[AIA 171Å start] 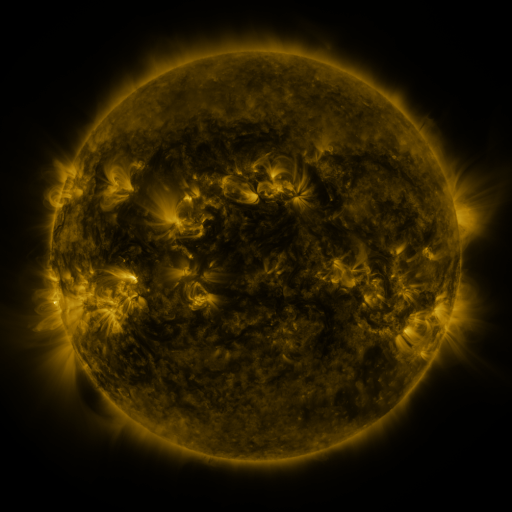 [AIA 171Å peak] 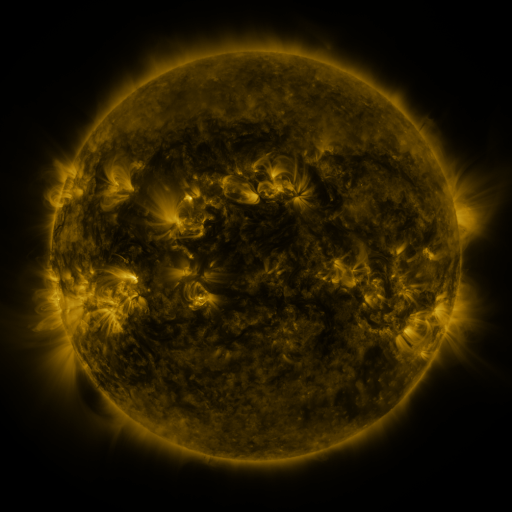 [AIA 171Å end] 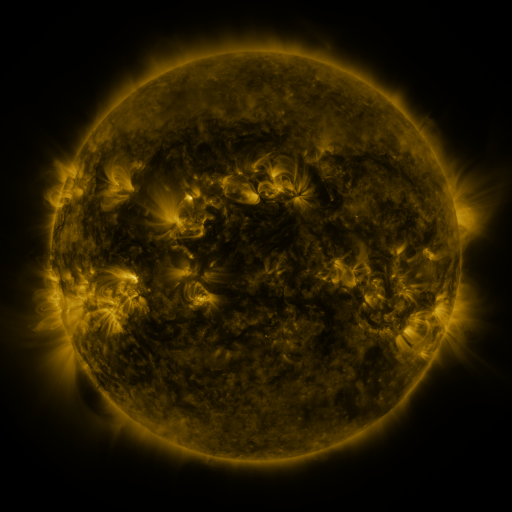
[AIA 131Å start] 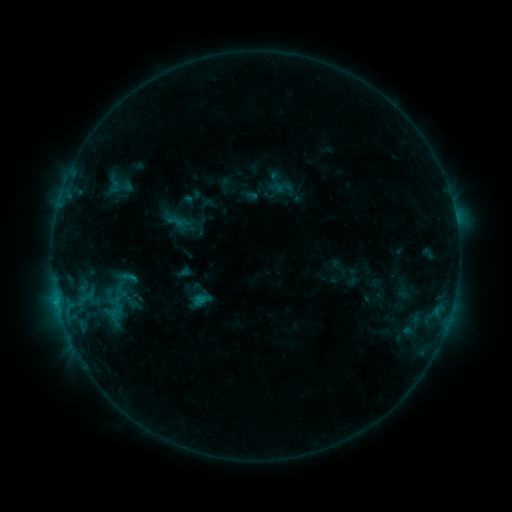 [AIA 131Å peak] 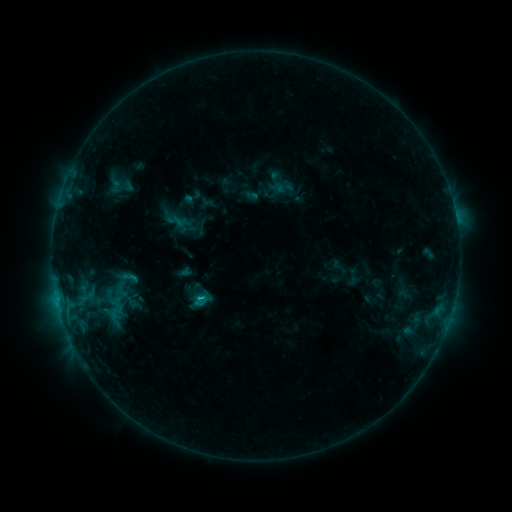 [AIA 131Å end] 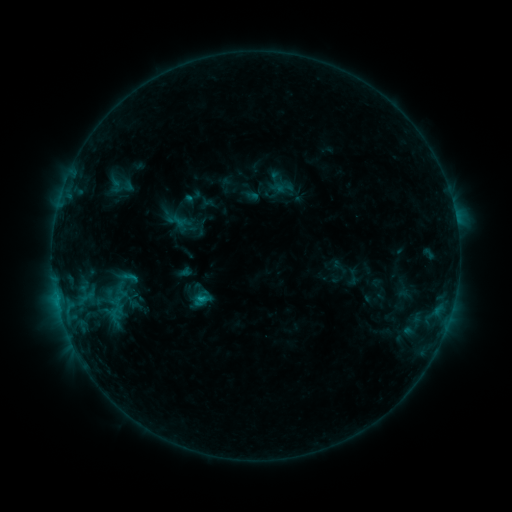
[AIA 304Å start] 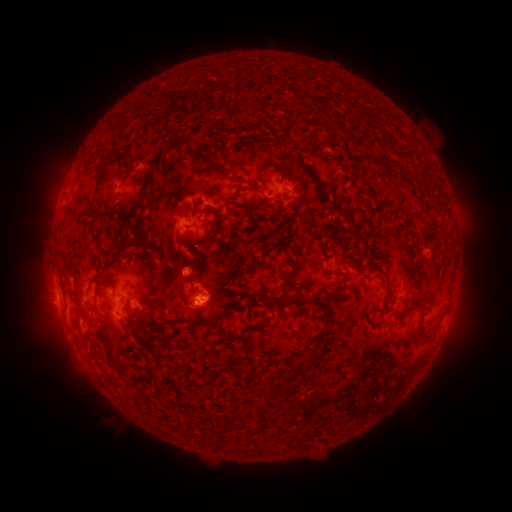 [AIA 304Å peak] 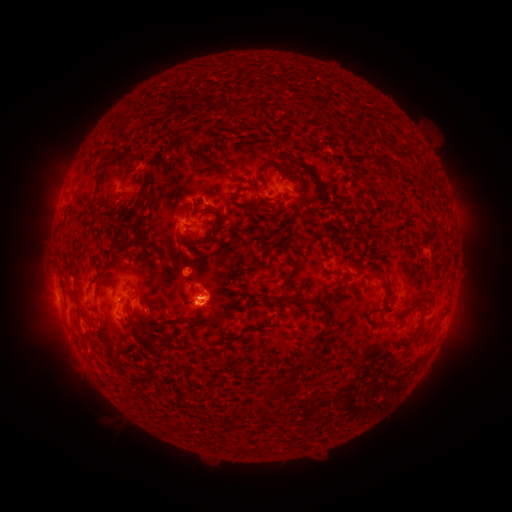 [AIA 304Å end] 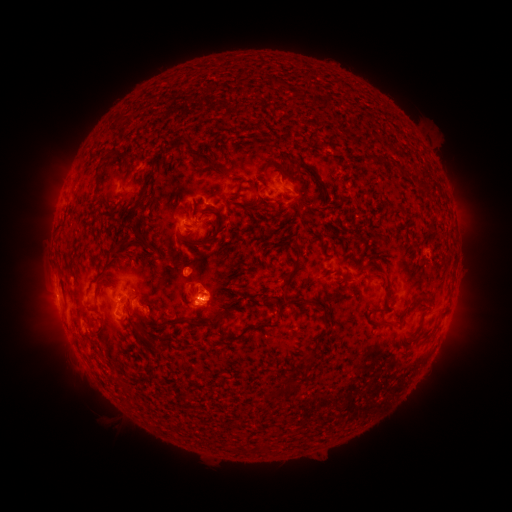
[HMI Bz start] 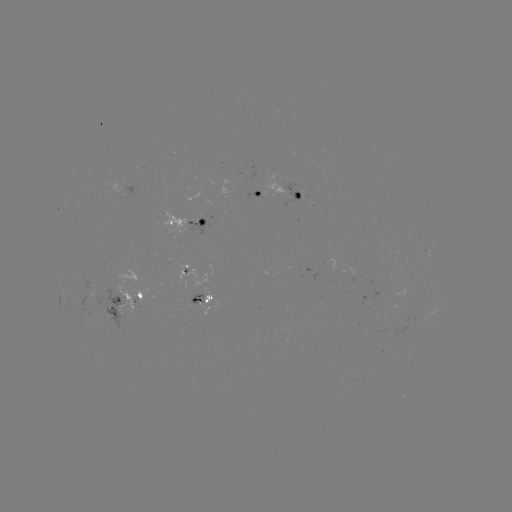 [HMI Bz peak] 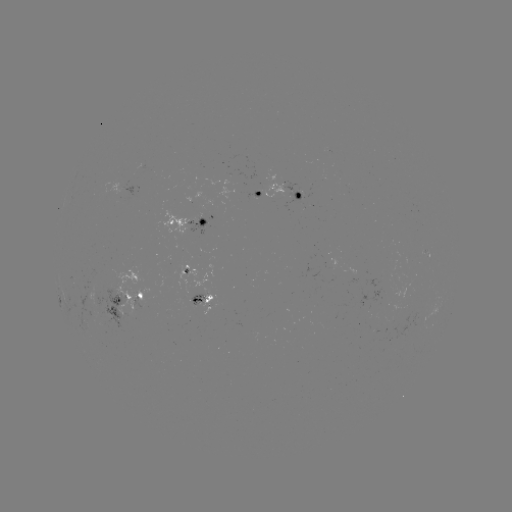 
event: flare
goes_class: B9.3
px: (202, 296)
